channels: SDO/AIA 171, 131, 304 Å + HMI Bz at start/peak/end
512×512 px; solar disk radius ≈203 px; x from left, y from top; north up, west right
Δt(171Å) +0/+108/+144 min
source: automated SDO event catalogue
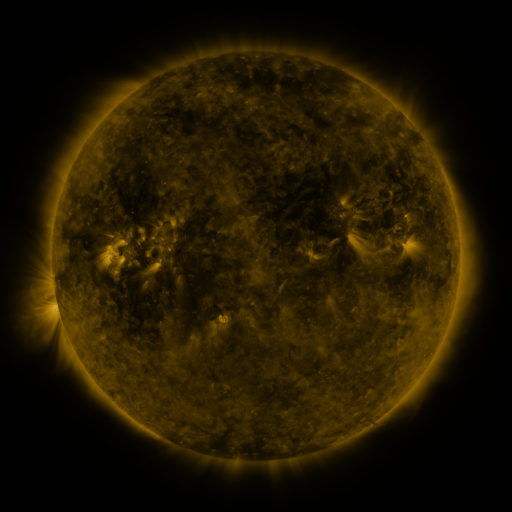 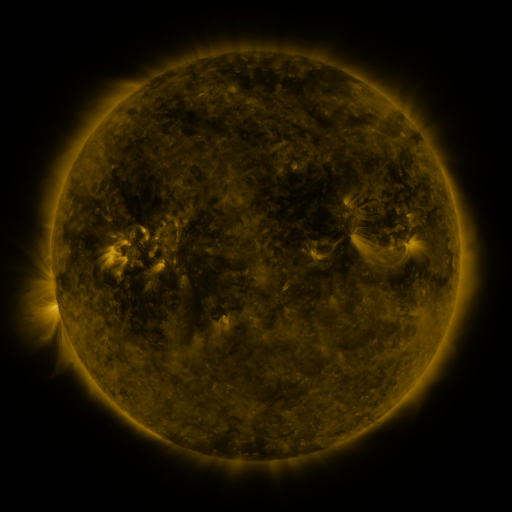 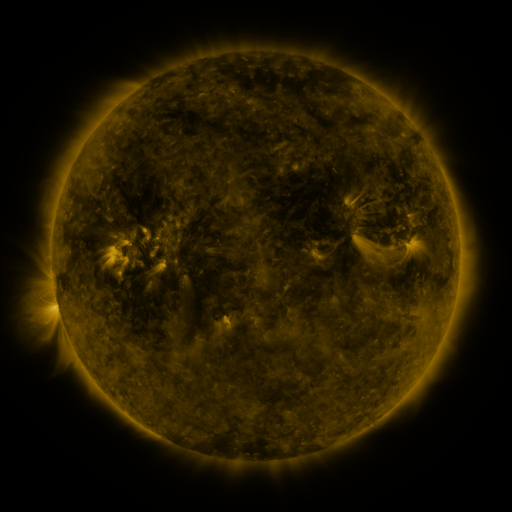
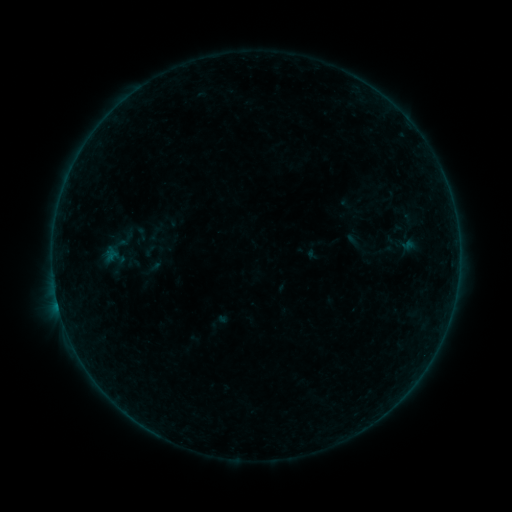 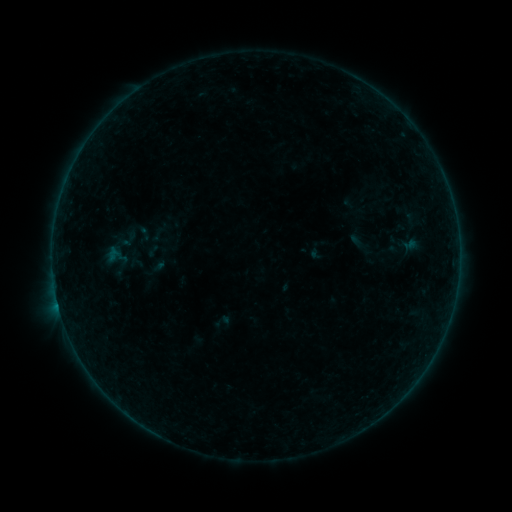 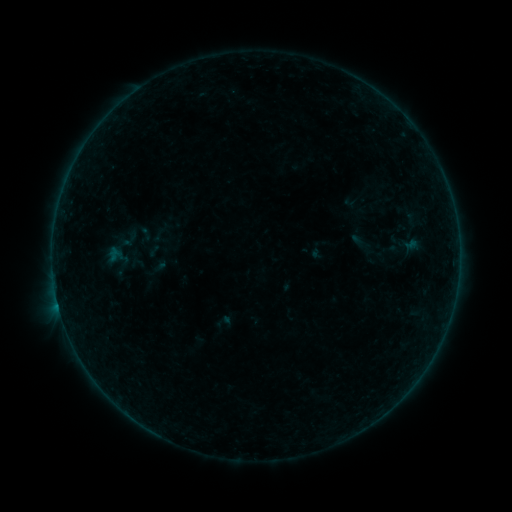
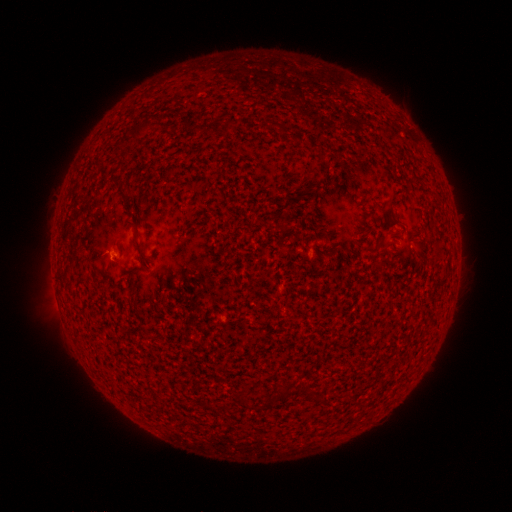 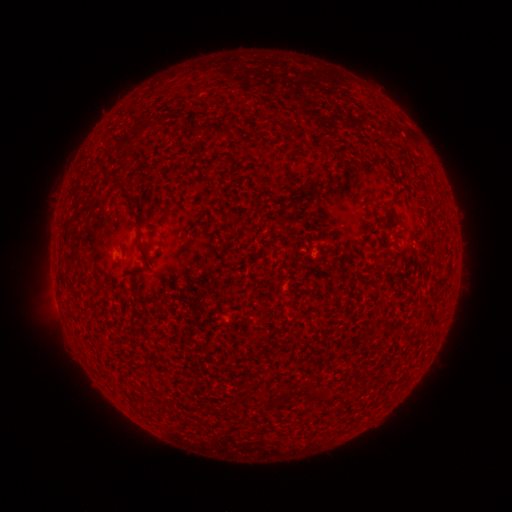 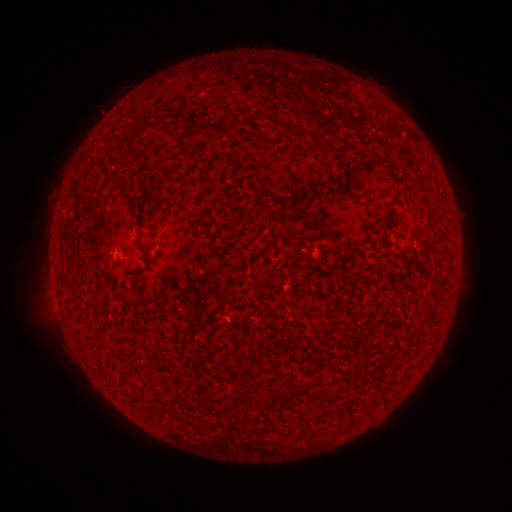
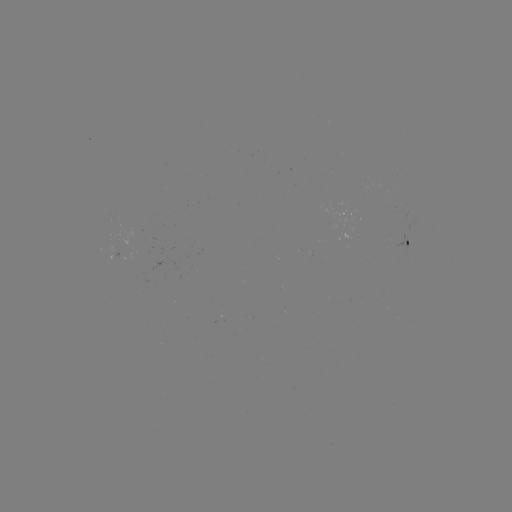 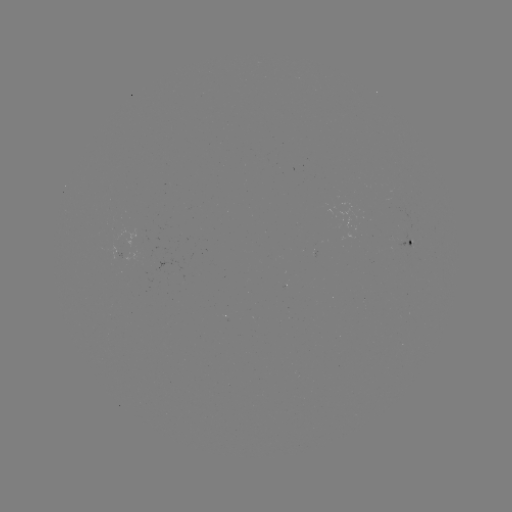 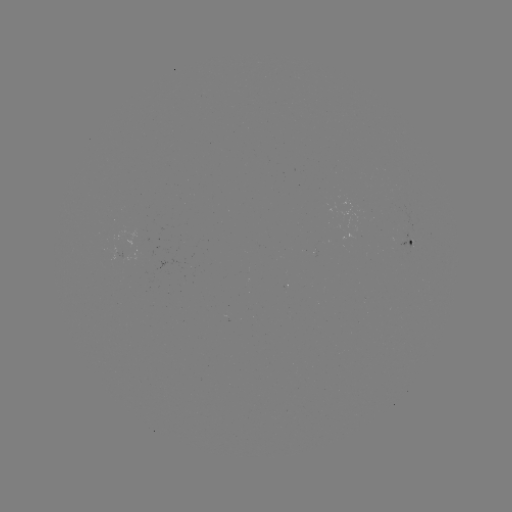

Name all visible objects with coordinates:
emerging-flux region: (404, 241)
